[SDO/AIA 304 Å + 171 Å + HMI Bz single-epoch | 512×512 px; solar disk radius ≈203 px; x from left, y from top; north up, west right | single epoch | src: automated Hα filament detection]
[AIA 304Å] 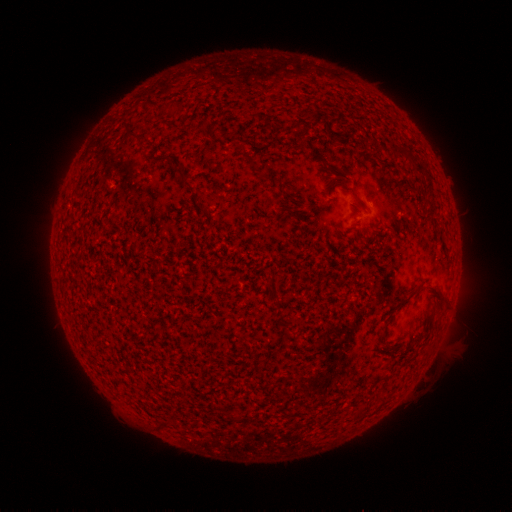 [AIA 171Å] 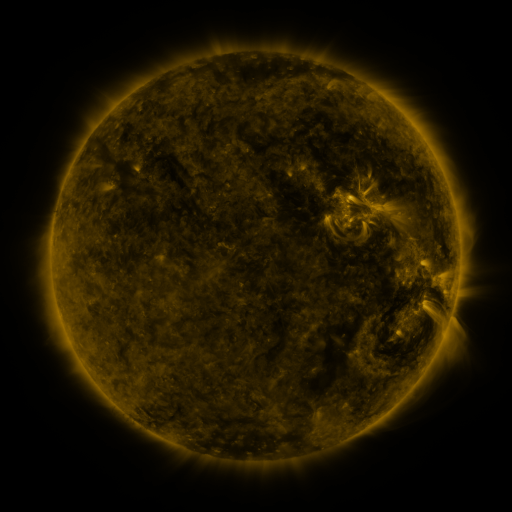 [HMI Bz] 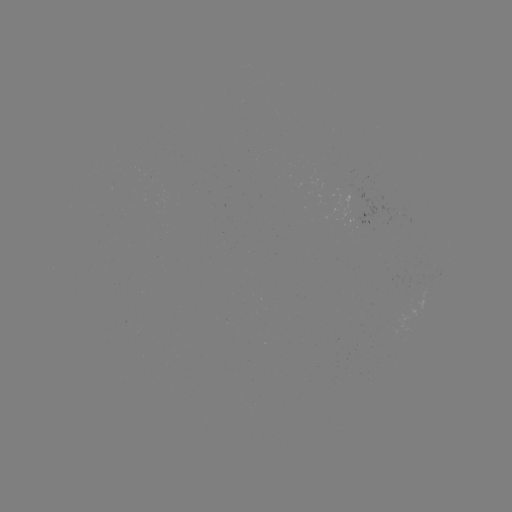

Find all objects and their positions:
filament: [168, 102, 183, 112]
filament: [301, 111, 313, 123]
filament: [323, 123, 341, 137]
filament: [237, 144, 245, 152]
filament: [390, 145, 414, 163]
filament: [176, 170, 187, 183]
filament: [425, 204, 436, 215]
filament: [399, 288, 419, 305]
